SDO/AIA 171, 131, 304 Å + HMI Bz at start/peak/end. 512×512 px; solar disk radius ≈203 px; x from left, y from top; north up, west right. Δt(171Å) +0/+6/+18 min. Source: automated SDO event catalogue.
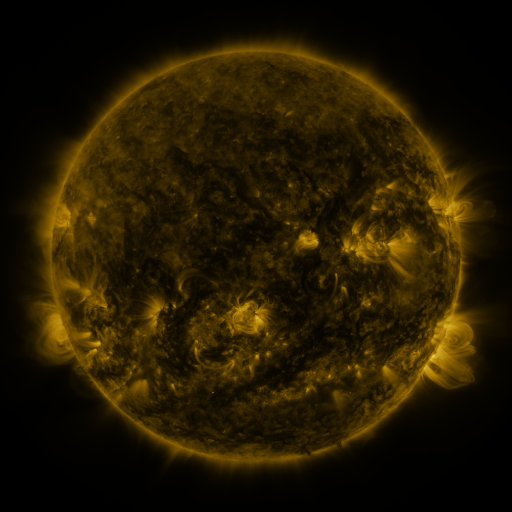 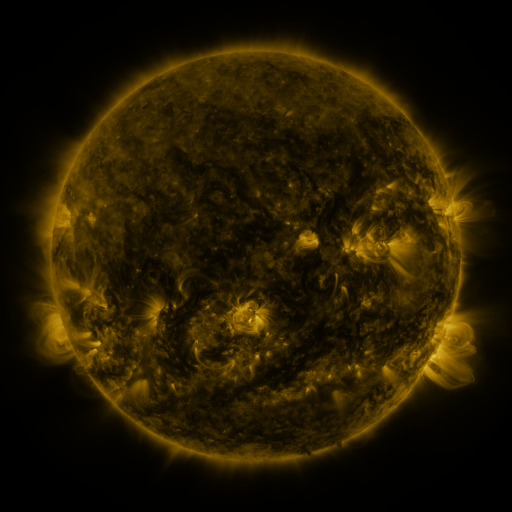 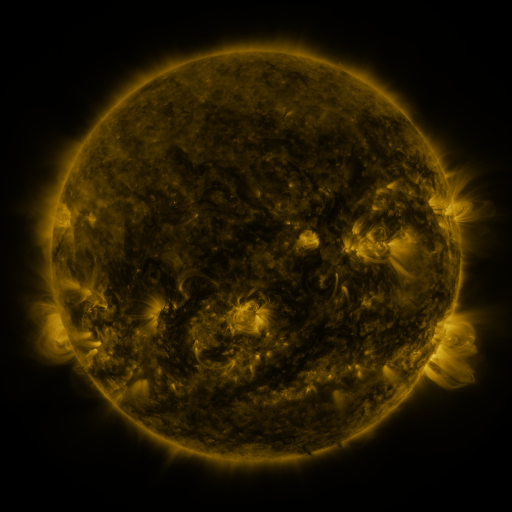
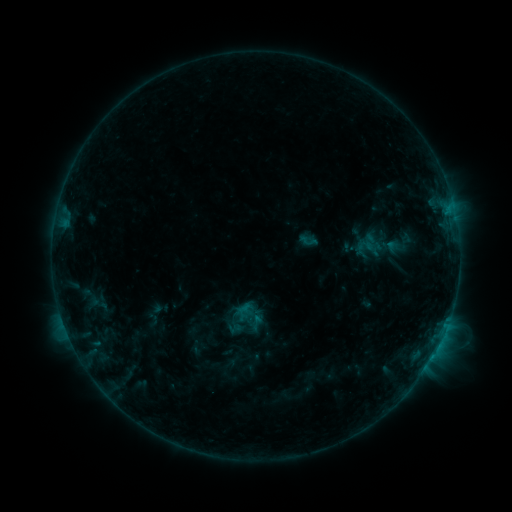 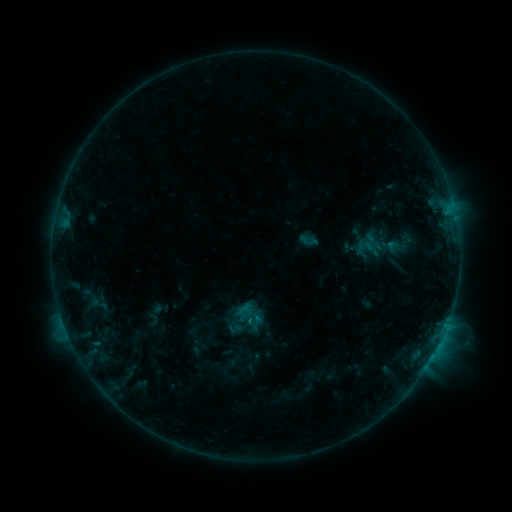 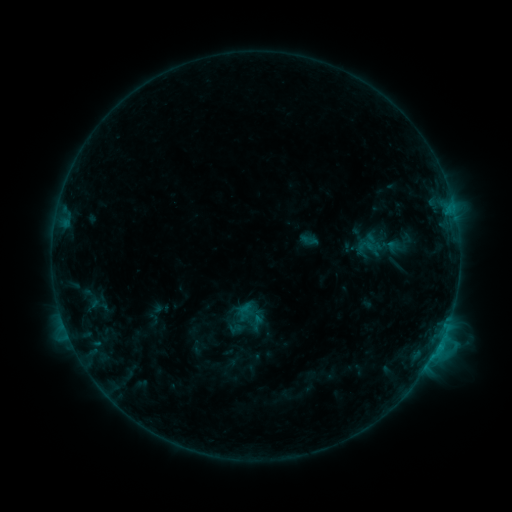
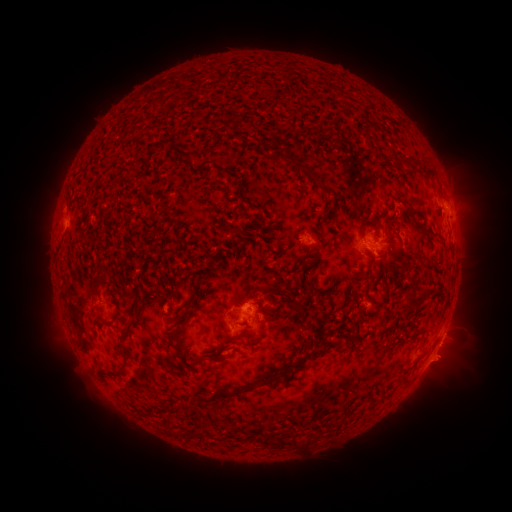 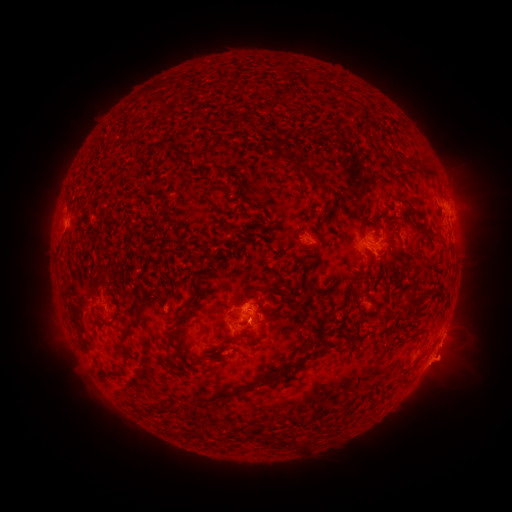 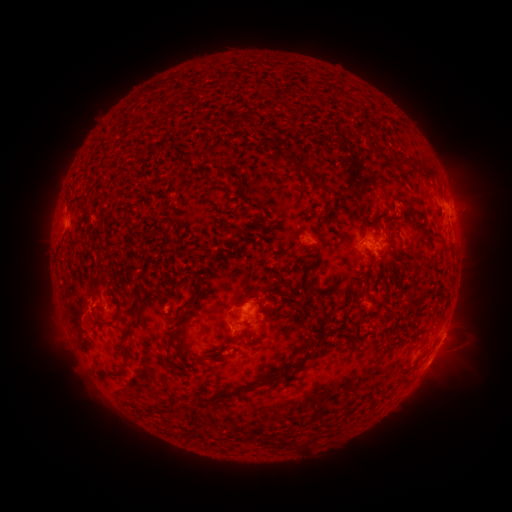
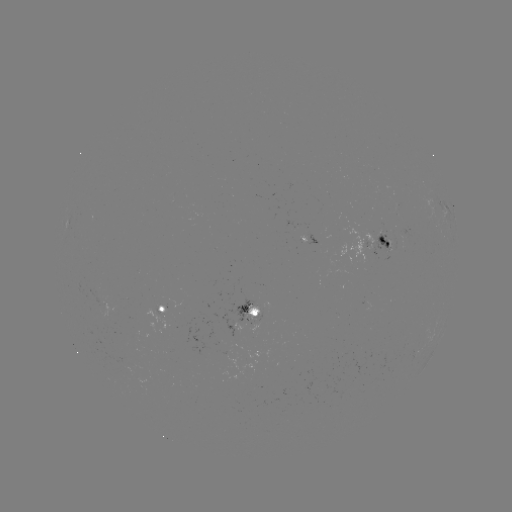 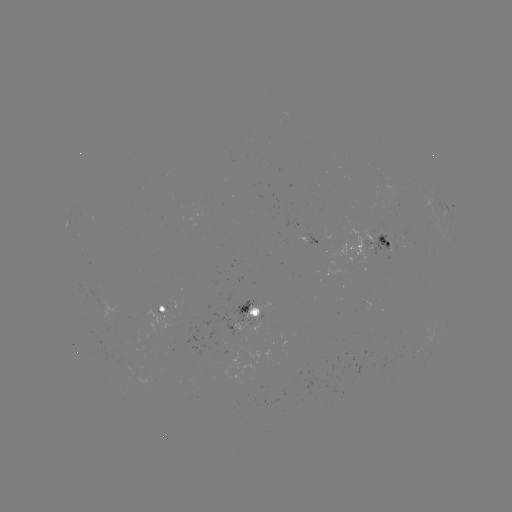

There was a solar eruption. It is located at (443, 368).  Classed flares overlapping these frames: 1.